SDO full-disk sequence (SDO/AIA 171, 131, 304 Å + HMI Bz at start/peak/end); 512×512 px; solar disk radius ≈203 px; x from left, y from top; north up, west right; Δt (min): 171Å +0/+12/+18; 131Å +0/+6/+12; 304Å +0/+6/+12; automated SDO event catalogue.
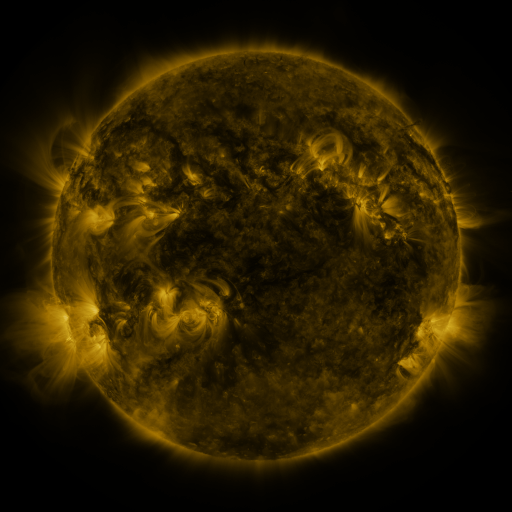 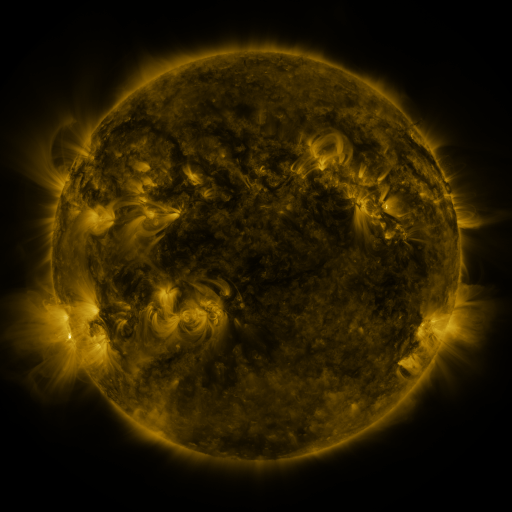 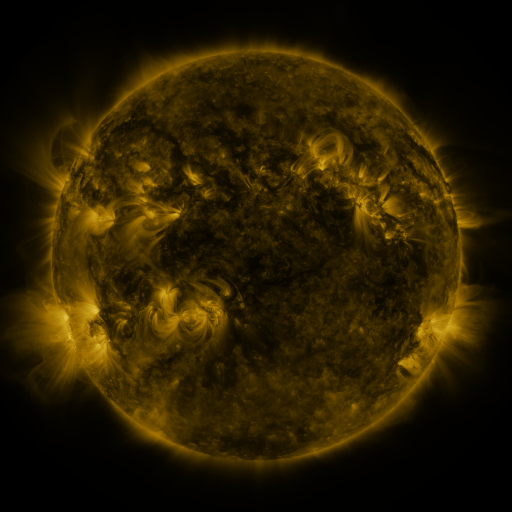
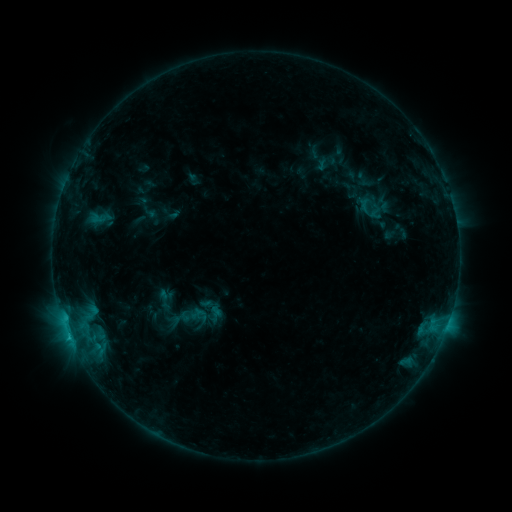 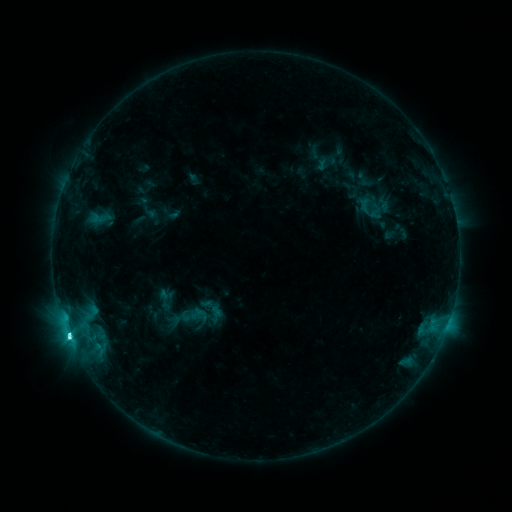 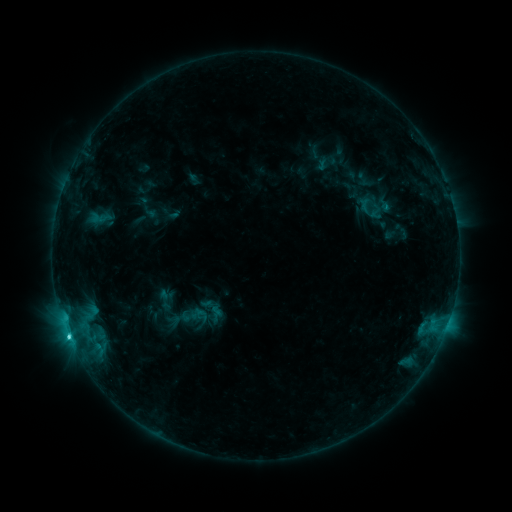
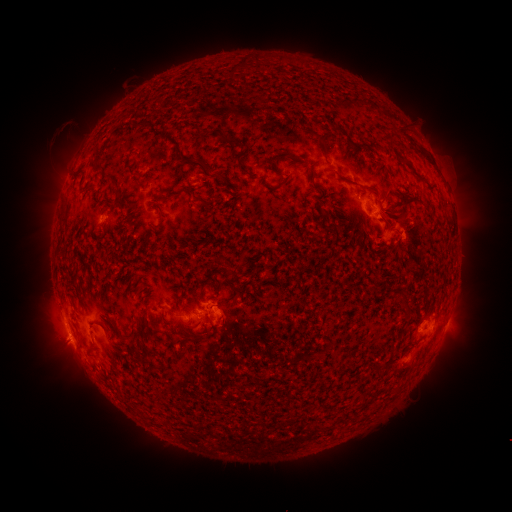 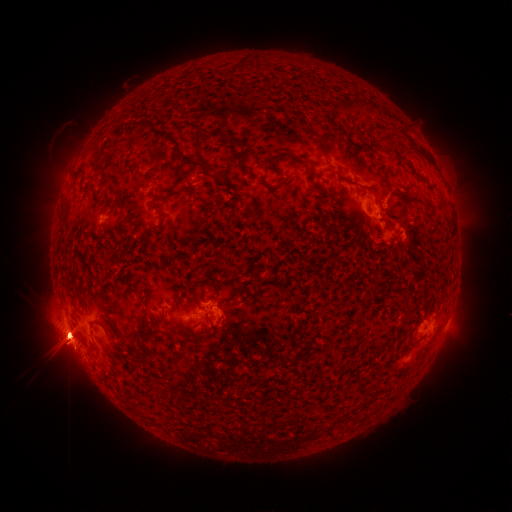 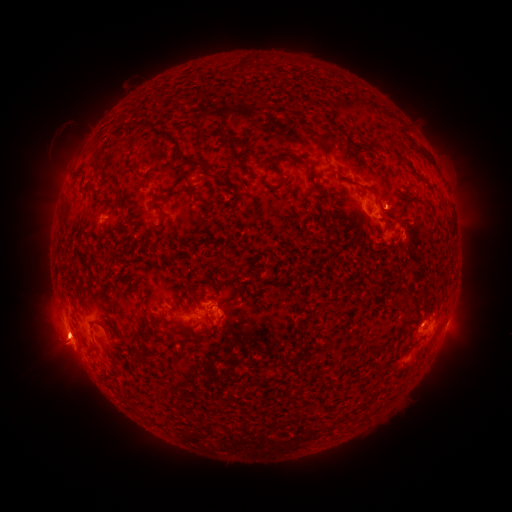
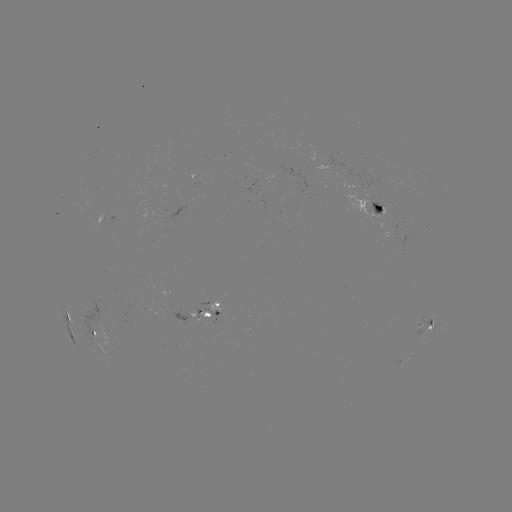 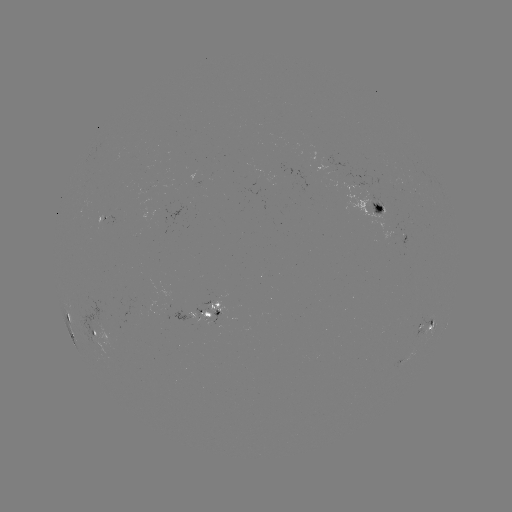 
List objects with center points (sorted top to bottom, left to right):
C7.2 flare: (69, 335)
